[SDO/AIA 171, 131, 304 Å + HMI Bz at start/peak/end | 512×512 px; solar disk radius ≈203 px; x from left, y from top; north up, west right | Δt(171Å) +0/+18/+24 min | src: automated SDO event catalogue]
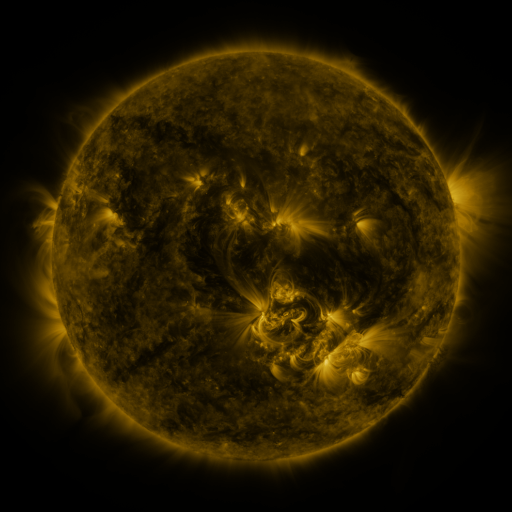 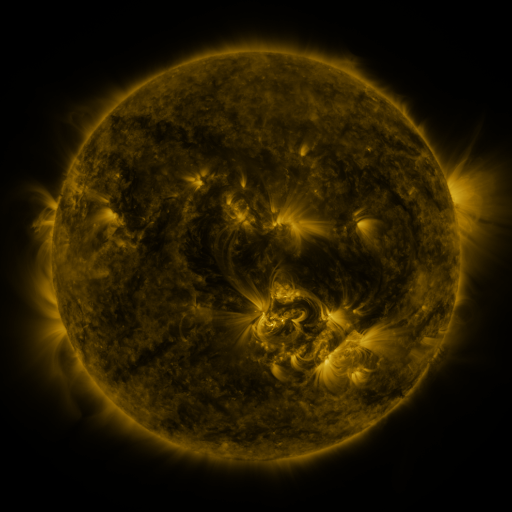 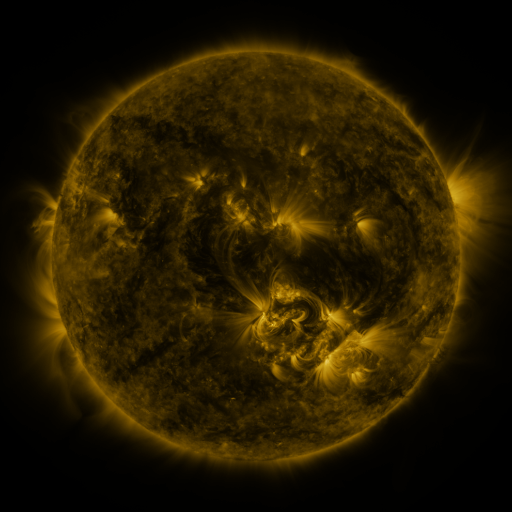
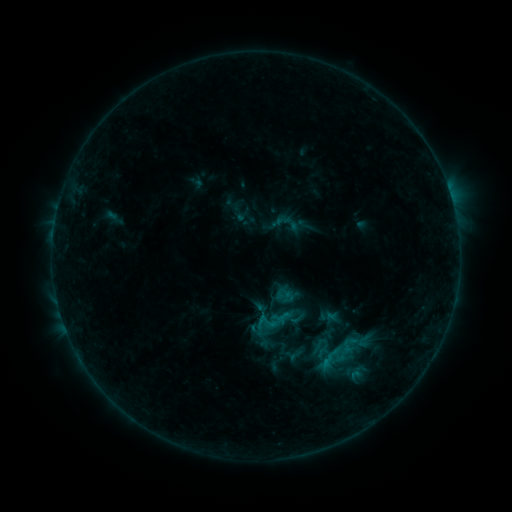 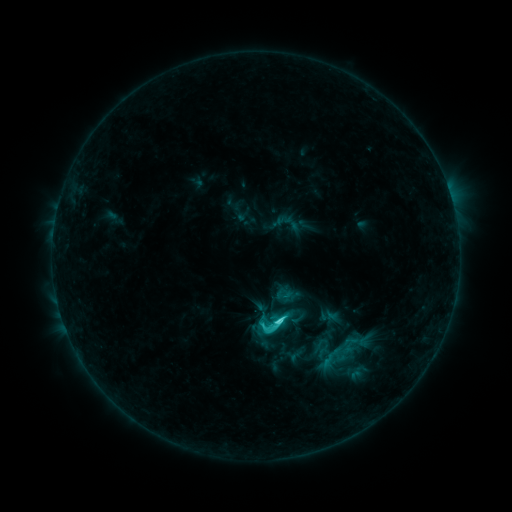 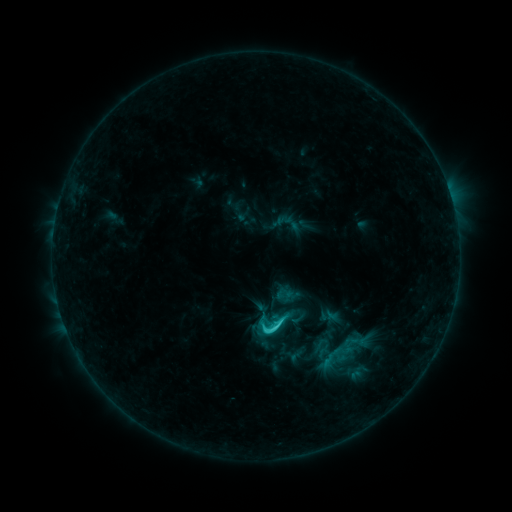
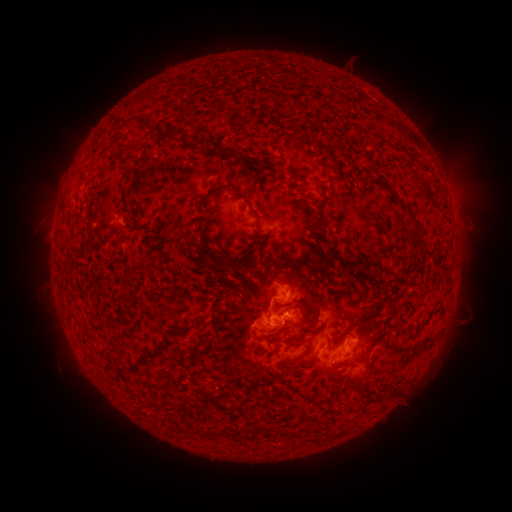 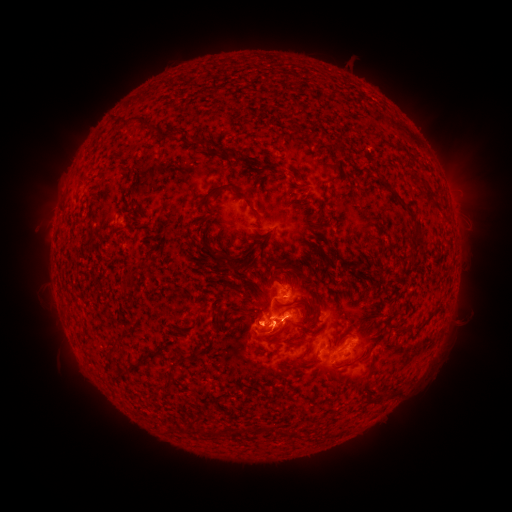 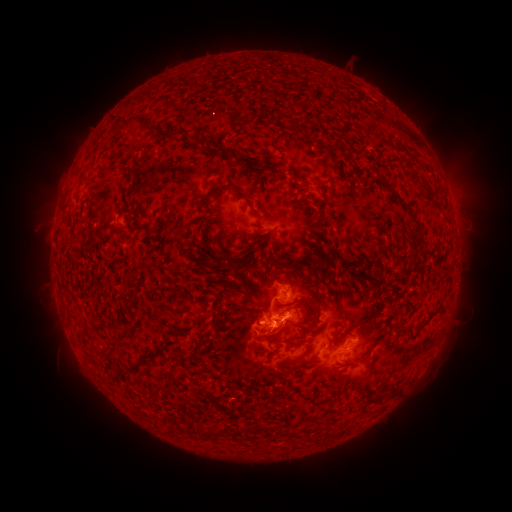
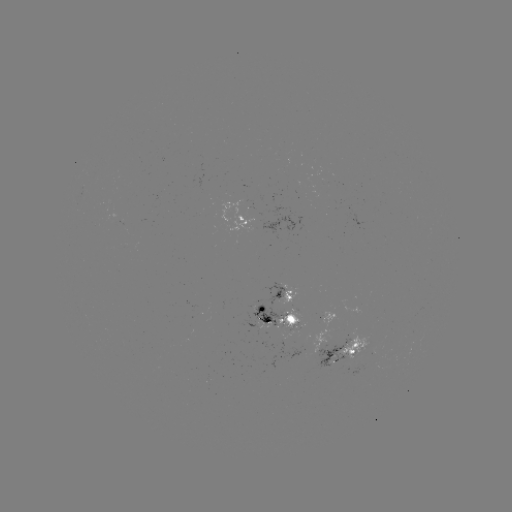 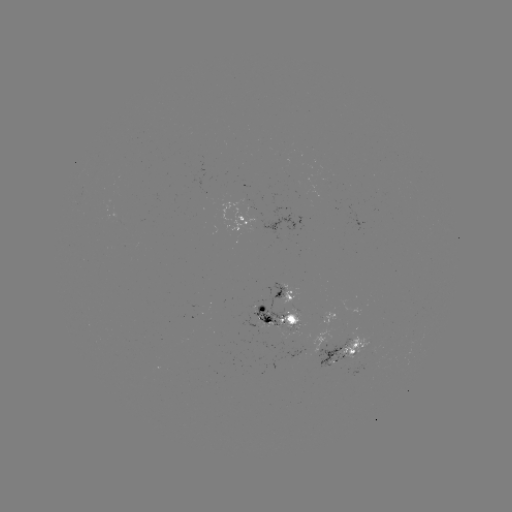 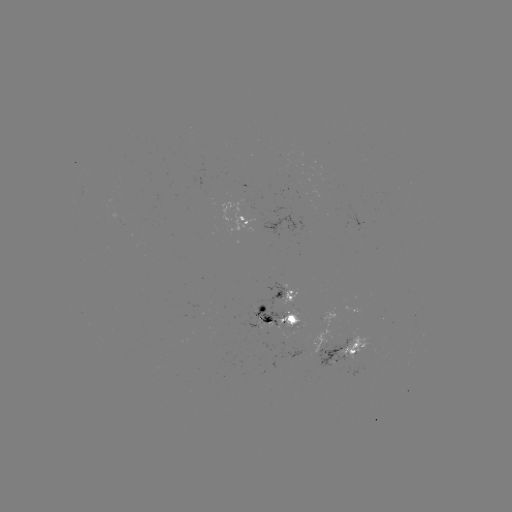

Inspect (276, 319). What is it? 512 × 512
C3.4 flare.